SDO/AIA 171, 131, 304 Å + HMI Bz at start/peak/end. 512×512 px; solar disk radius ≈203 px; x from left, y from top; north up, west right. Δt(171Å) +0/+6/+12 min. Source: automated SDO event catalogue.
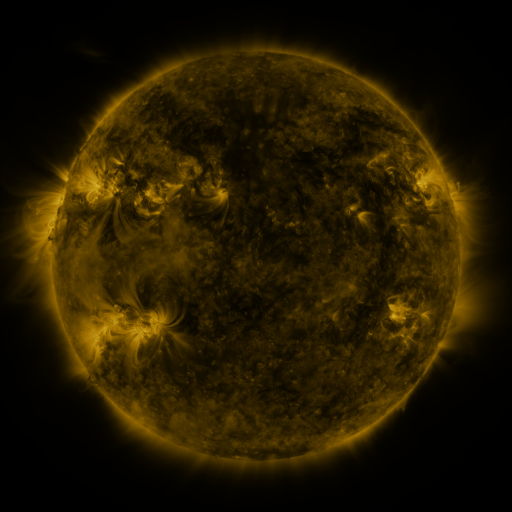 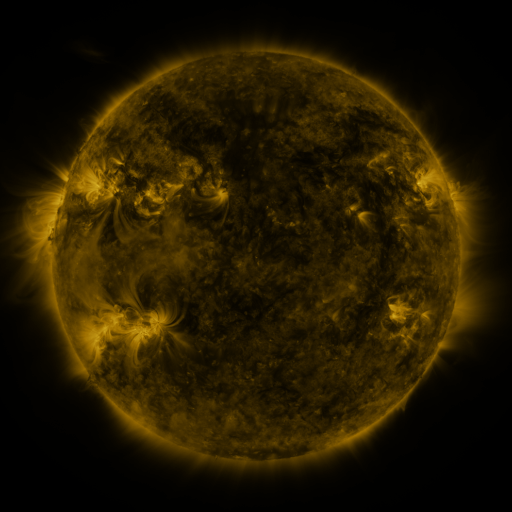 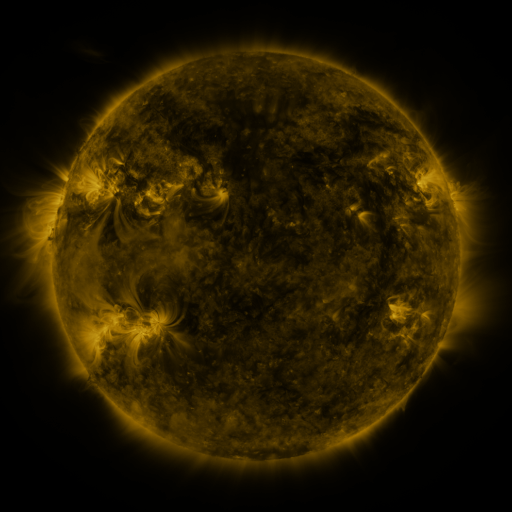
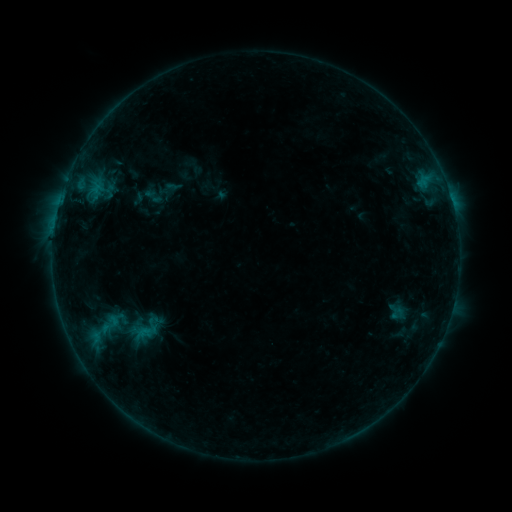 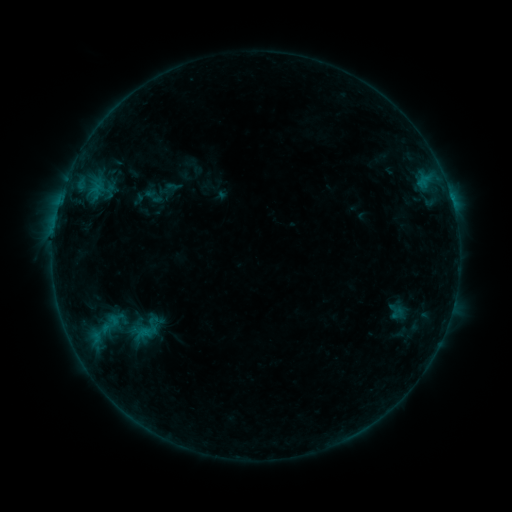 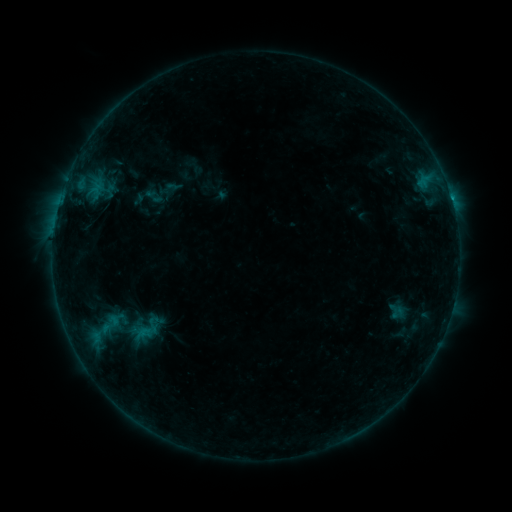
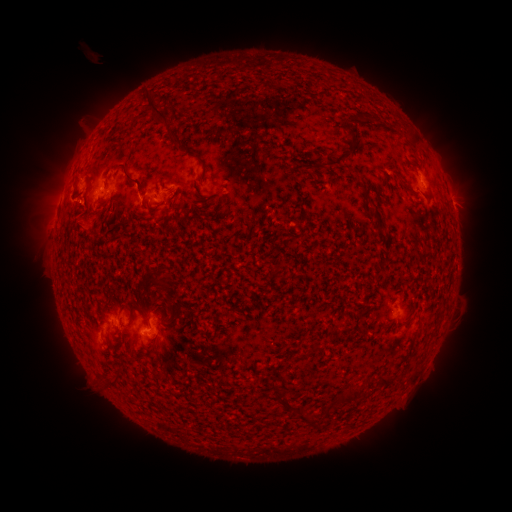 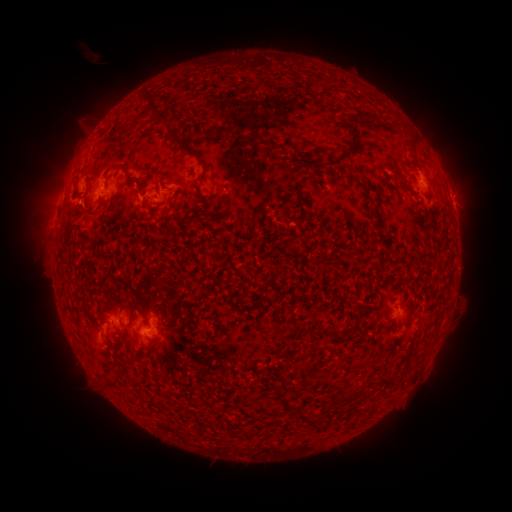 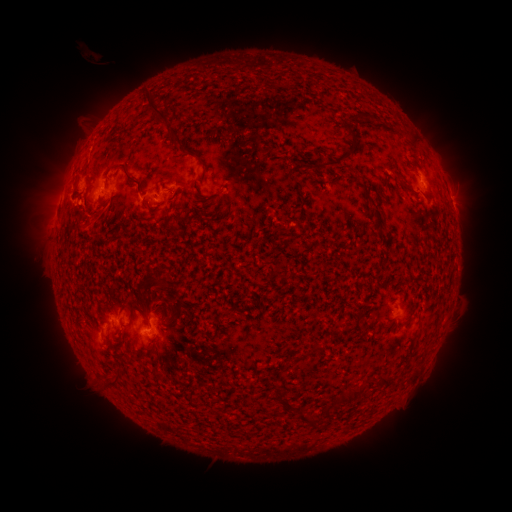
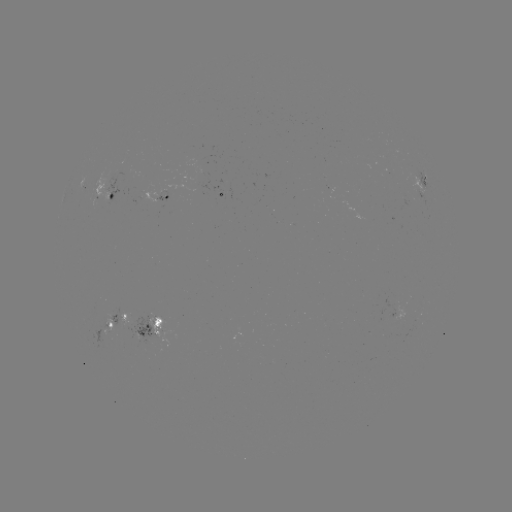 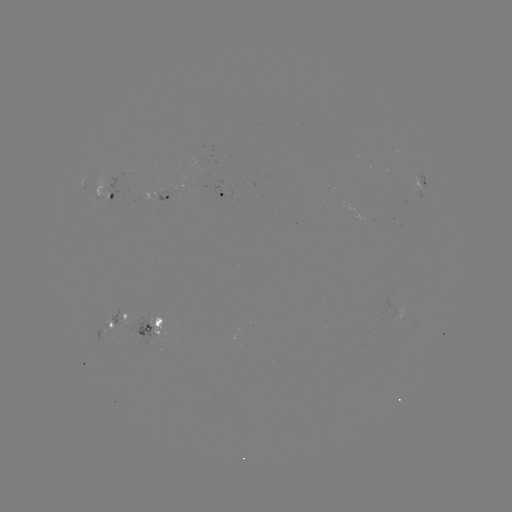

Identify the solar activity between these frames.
eruption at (75, 222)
